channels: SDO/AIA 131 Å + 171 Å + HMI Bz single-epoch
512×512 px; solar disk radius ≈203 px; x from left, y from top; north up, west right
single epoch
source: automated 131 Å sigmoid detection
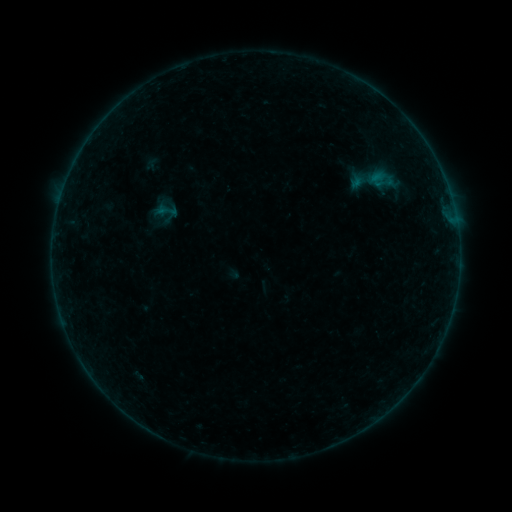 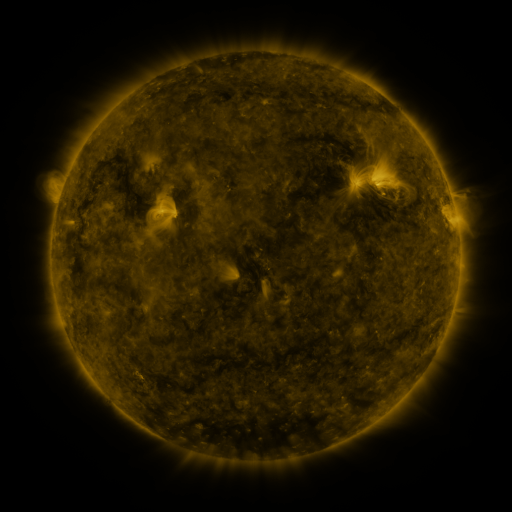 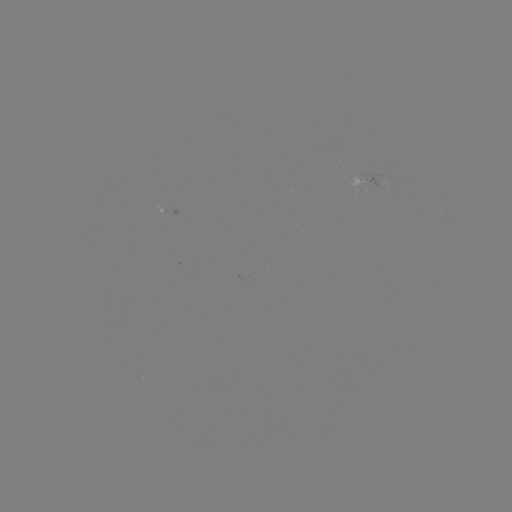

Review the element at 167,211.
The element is sigmoid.